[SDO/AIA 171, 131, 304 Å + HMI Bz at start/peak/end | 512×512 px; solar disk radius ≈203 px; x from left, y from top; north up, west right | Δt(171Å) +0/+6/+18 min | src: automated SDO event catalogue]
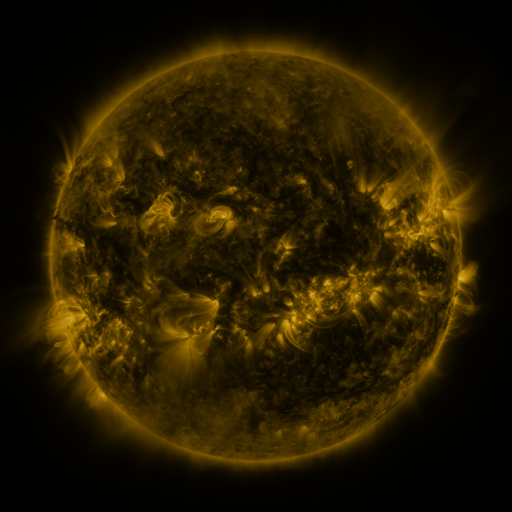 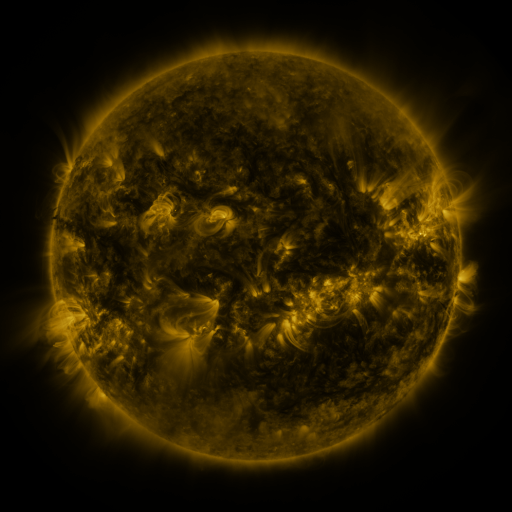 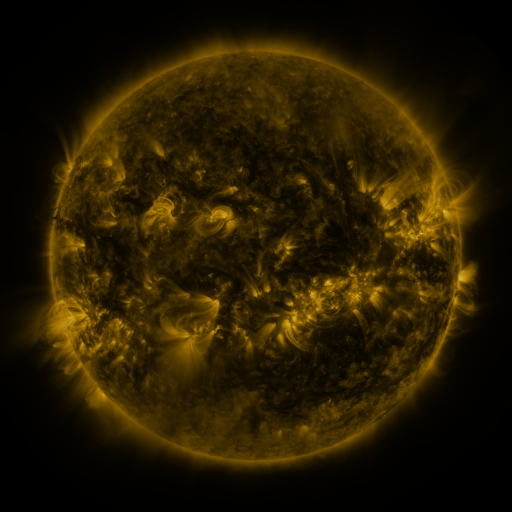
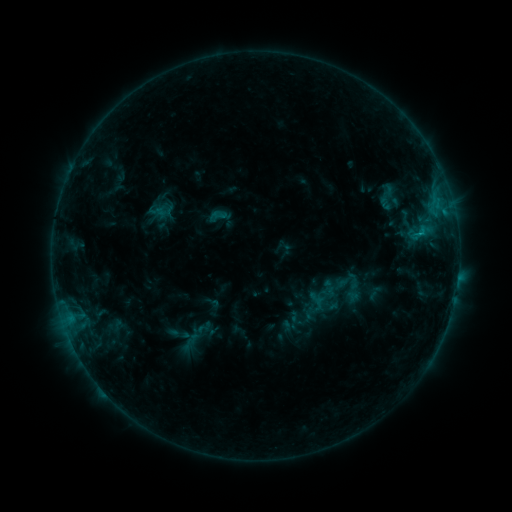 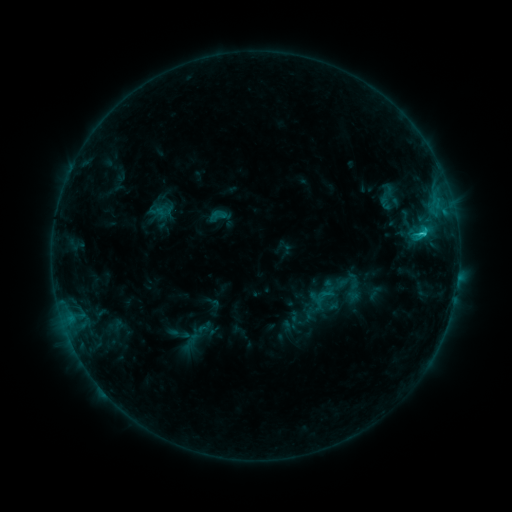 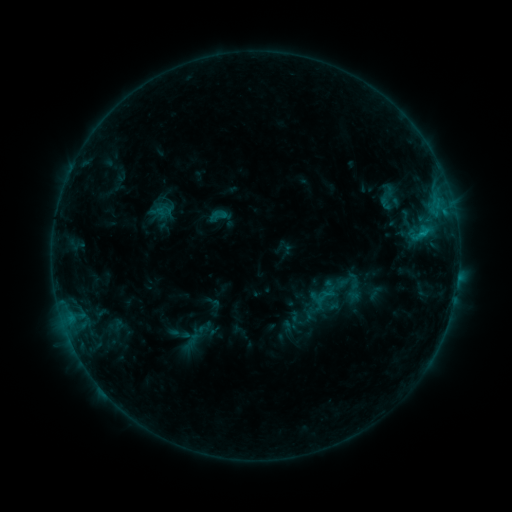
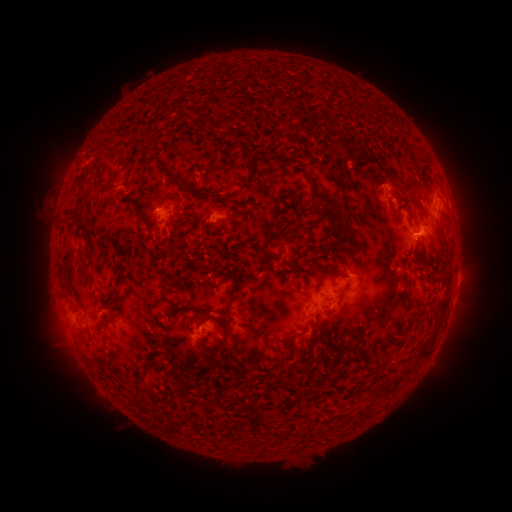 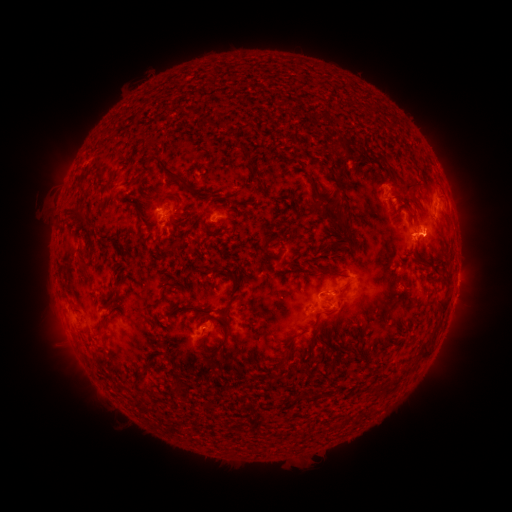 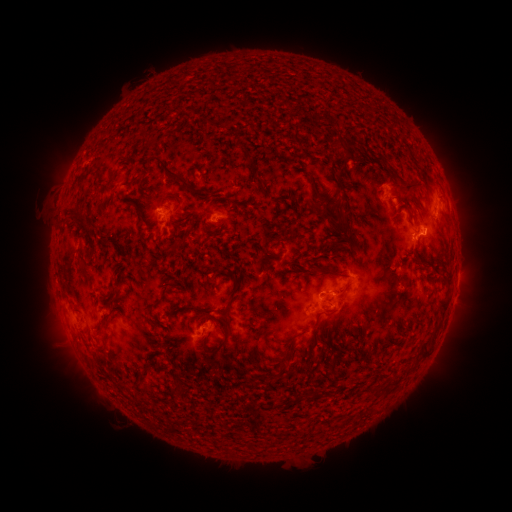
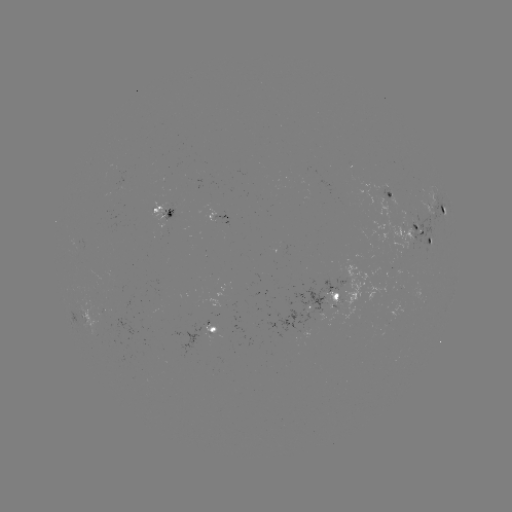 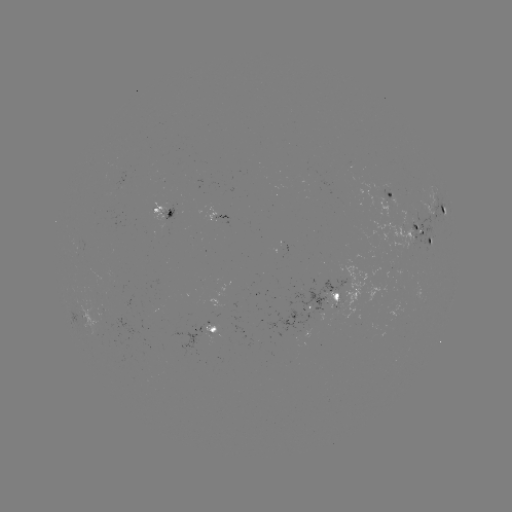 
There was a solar flare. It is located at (422, 236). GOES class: C1.3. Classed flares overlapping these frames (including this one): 1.